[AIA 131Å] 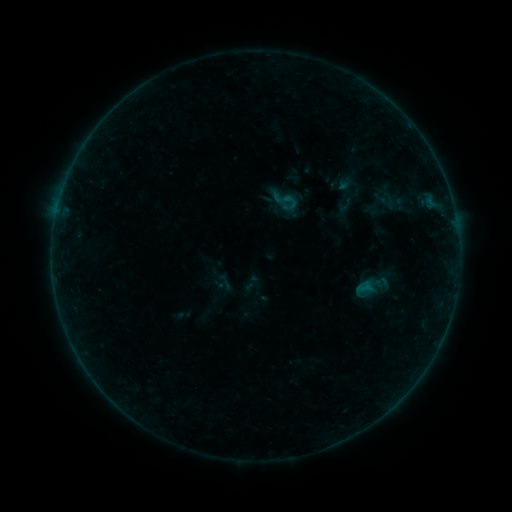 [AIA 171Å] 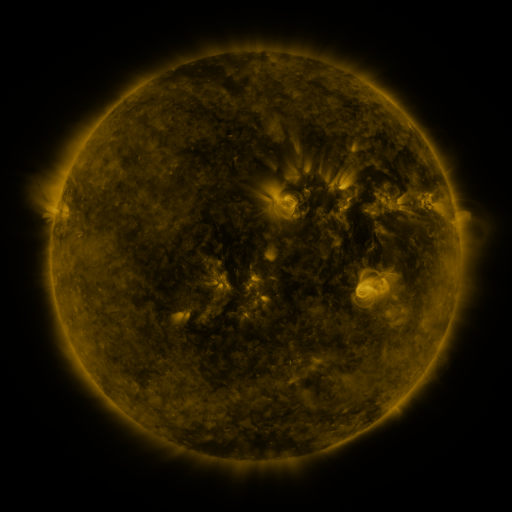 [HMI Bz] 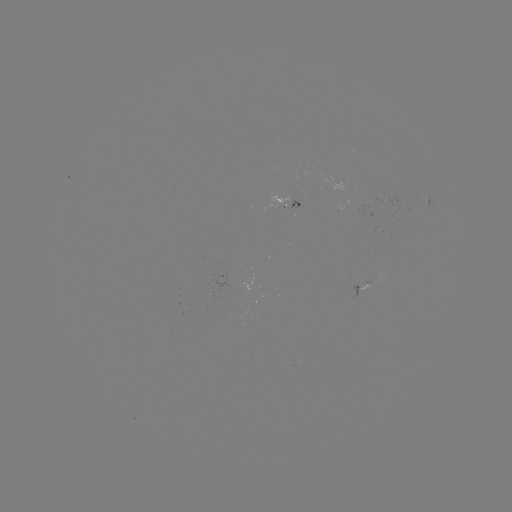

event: sigmoid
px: (285, 201)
